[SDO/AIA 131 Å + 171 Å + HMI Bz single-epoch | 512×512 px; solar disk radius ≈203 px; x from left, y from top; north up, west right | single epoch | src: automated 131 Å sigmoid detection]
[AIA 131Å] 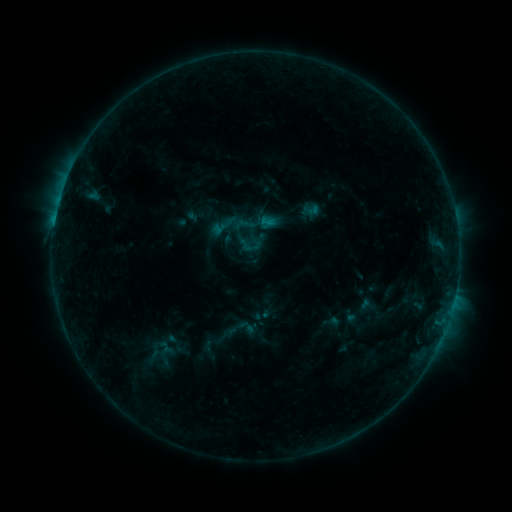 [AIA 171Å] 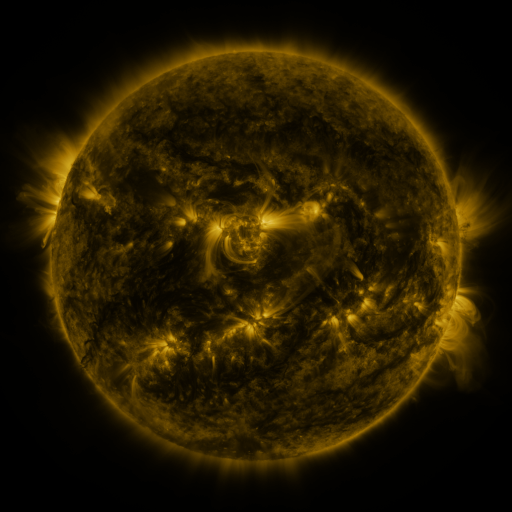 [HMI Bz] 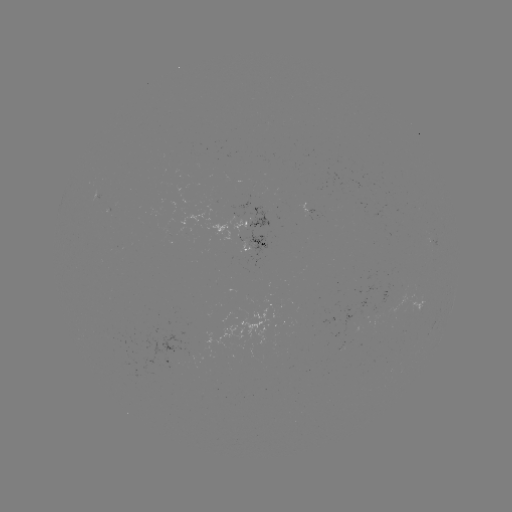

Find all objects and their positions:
sigmoid: (251, 244)
